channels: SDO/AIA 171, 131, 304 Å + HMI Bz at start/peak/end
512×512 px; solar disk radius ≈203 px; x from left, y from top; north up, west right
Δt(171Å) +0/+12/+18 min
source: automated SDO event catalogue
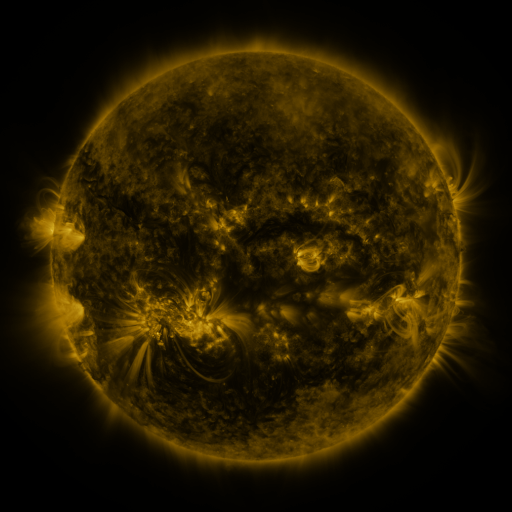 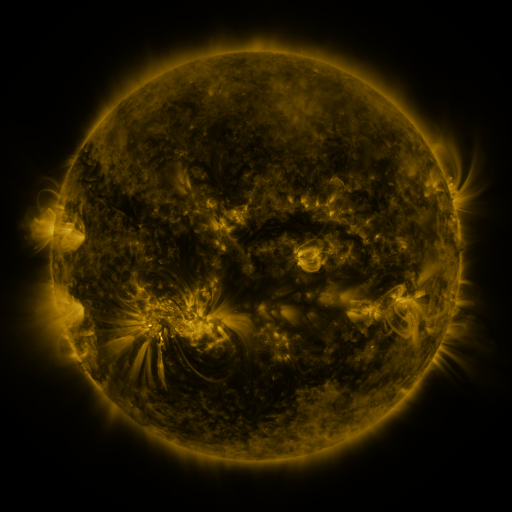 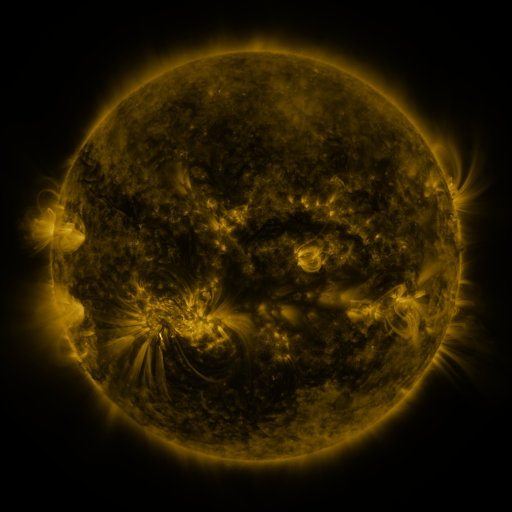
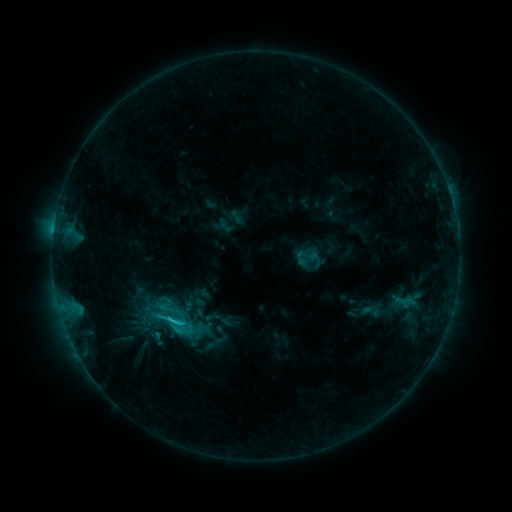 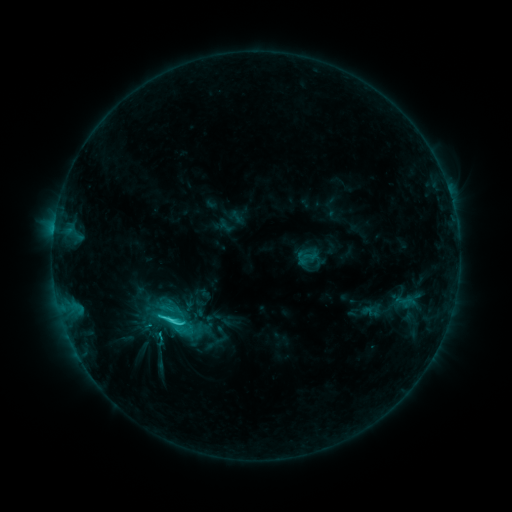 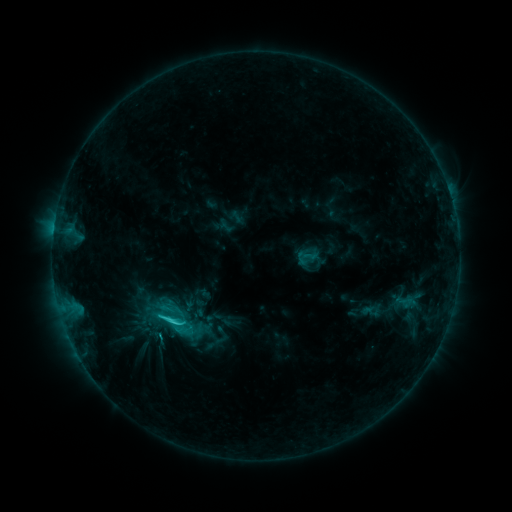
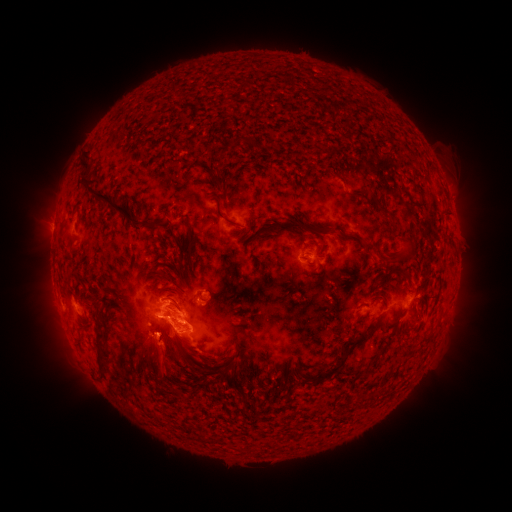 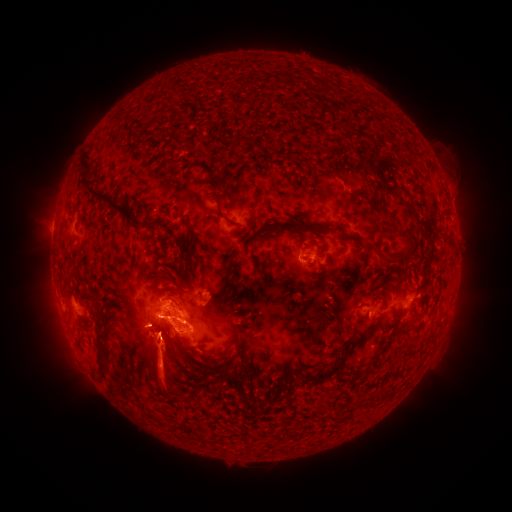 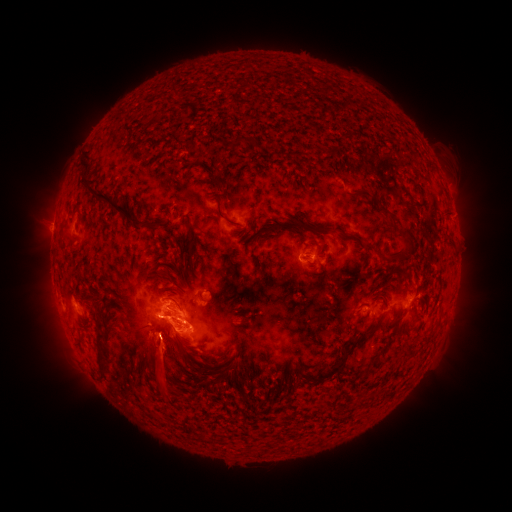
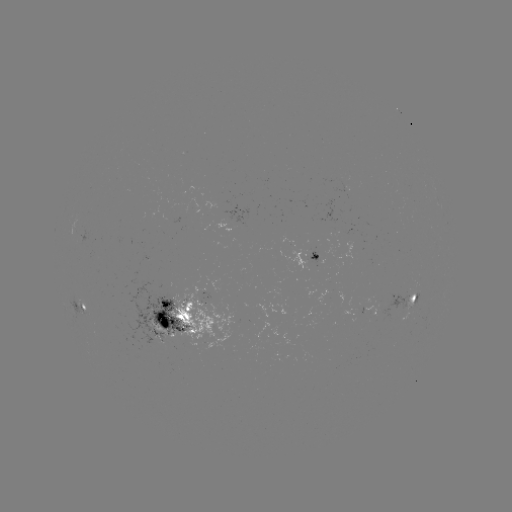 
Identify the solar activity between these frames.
C4.0 flare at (178, 318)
